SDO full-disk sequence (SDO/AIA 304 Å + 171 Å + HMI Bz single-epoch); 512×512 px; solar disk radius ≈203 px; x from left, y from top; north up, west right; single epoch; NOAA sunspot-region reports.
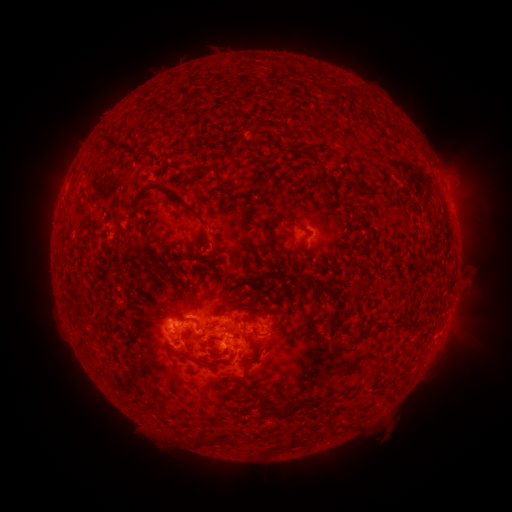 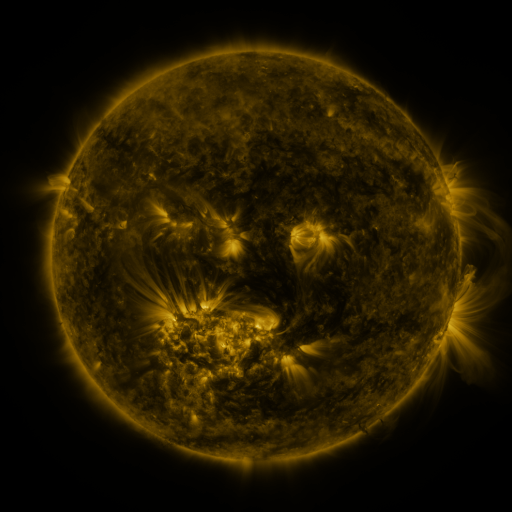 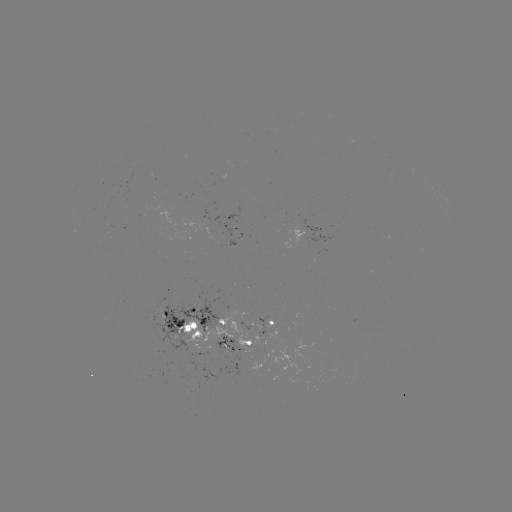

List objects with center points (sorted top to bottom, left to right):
spotted active region: (301, 237)
spotted active region: (192, 324)
spotted active region: (269, 325)
spotted active region: (239, 345)
